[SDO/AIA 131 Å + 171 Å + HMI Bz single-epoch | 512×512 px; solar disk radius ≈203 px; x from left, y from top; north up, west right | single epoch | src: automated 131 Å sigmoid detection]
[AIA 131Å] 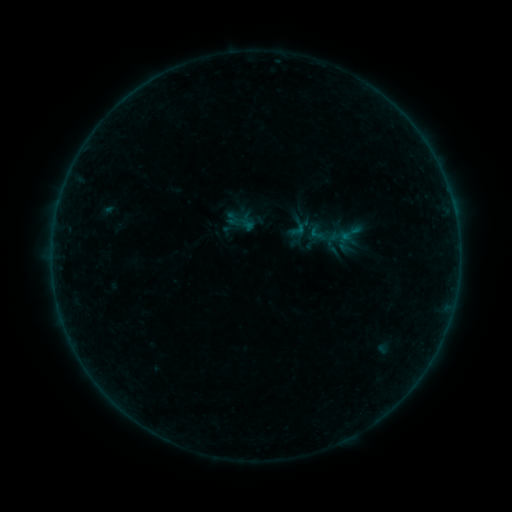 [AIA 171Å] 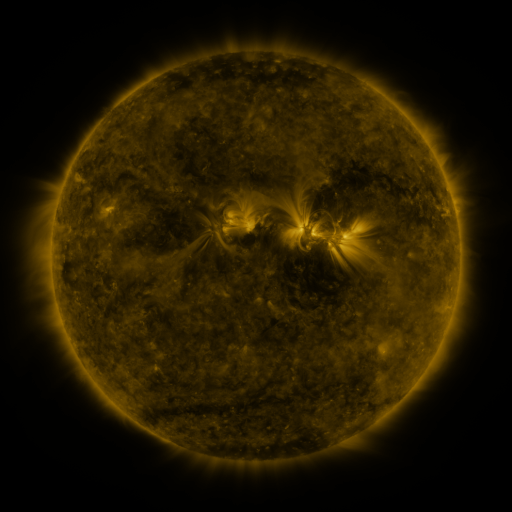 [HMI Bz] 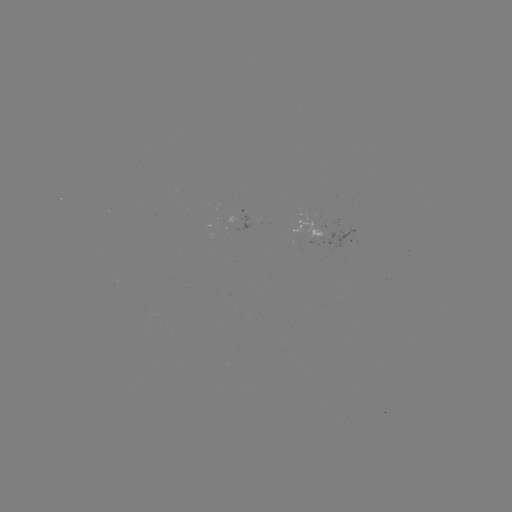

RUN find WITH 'sigmoid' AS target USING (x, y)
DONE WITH (318, 234) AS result